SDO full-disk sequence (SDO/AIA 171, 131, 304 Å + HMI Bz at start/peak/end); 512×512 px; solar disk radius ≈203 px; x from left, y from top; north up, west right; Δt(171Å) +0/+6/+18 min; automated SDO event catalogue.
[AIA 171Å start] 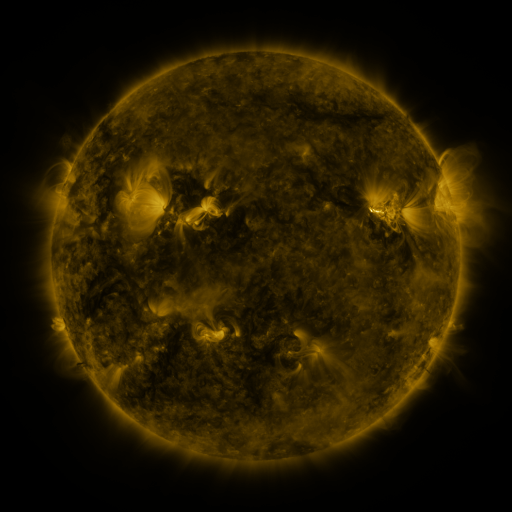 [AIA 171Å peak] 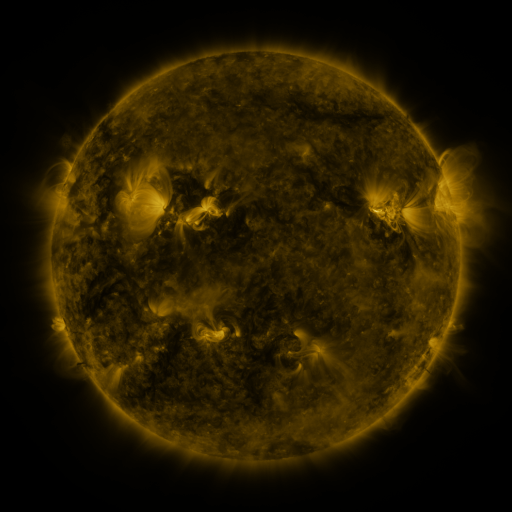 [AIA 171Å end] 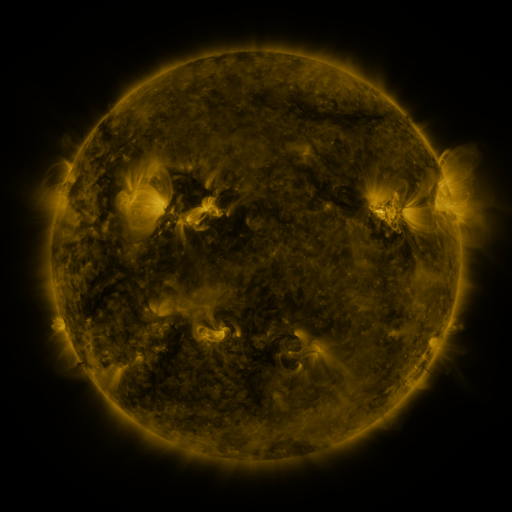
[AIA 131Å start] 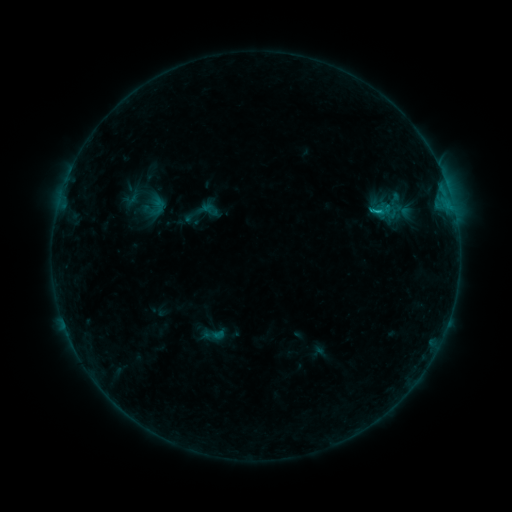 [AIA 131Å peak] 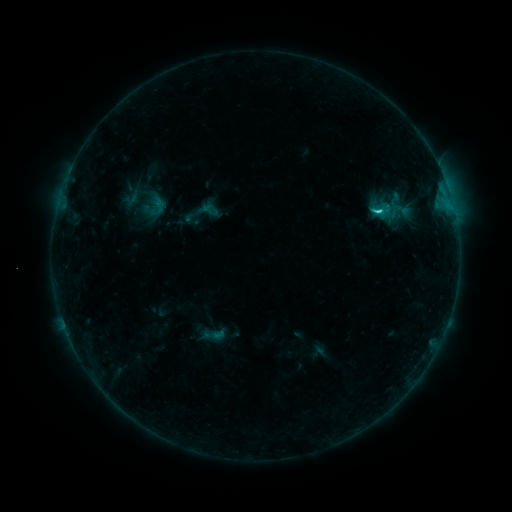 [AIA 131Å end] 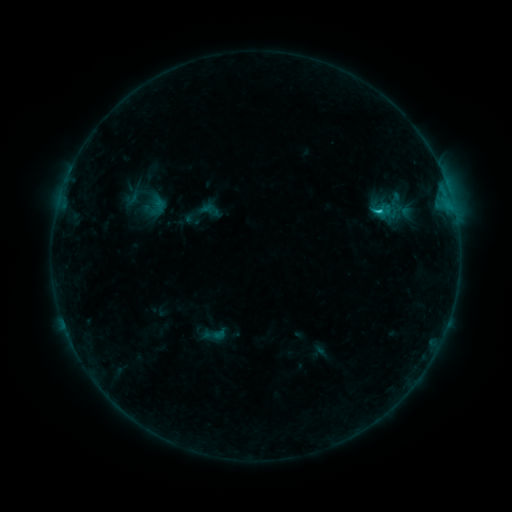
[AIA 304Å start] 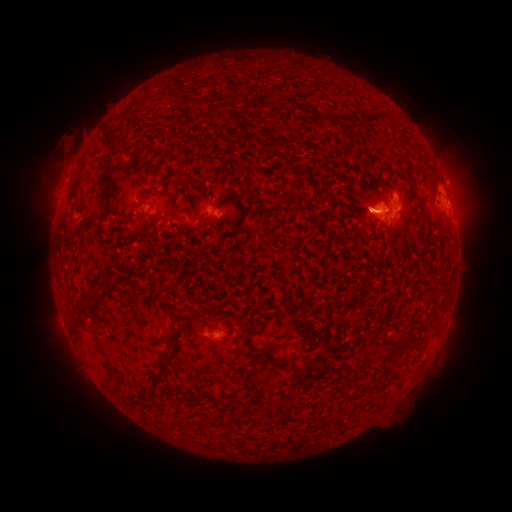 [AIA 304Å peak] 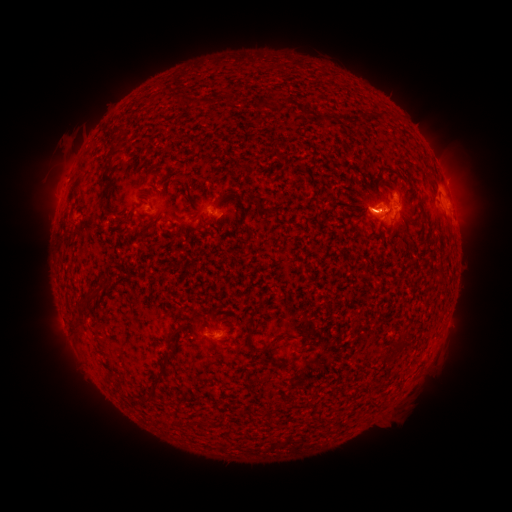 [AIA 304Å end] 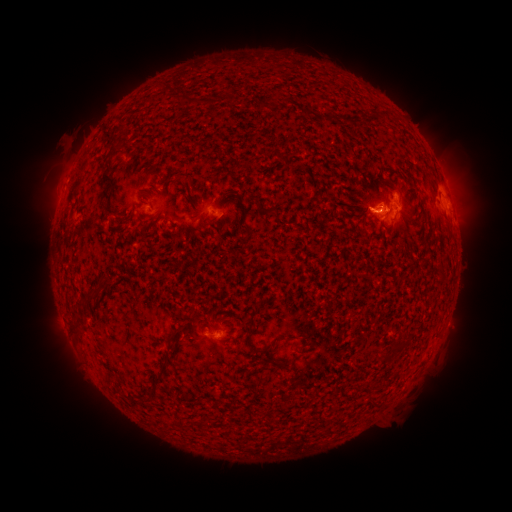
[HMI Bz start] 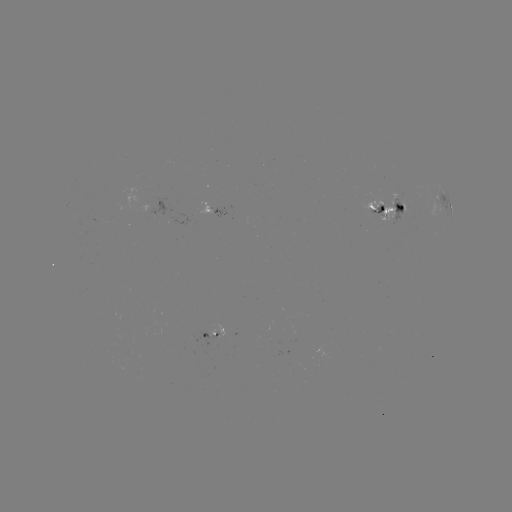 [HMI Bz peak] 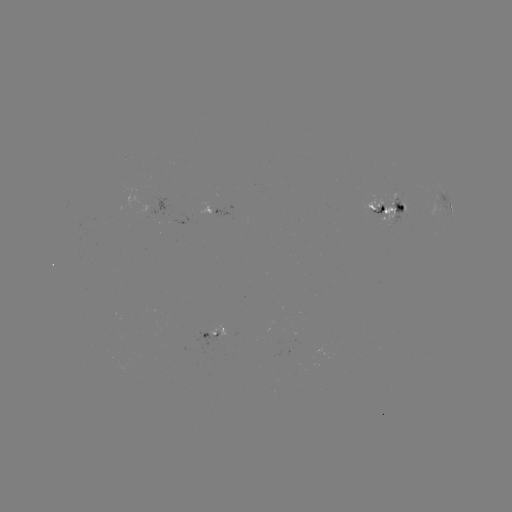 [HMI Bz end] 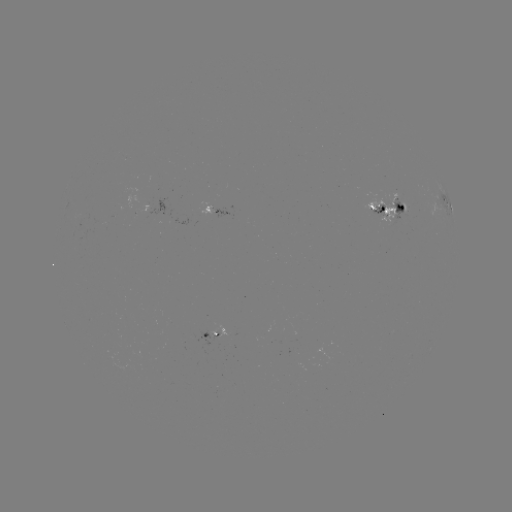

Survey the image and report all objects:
C2.1 flare: (376, 213)
